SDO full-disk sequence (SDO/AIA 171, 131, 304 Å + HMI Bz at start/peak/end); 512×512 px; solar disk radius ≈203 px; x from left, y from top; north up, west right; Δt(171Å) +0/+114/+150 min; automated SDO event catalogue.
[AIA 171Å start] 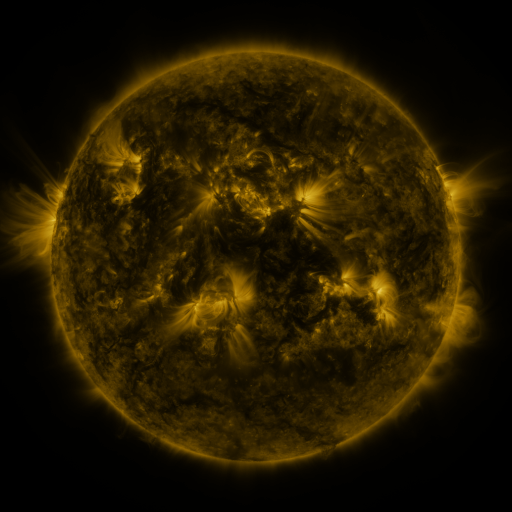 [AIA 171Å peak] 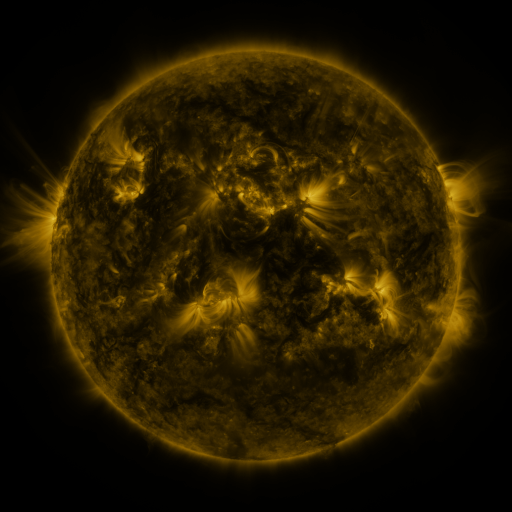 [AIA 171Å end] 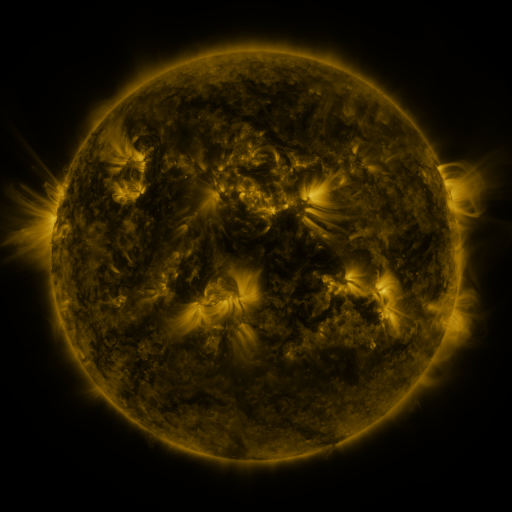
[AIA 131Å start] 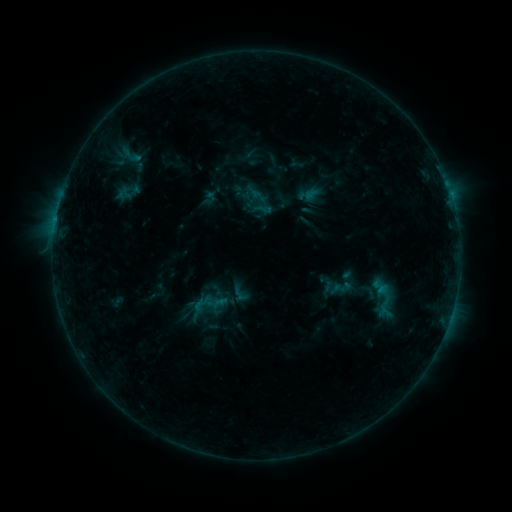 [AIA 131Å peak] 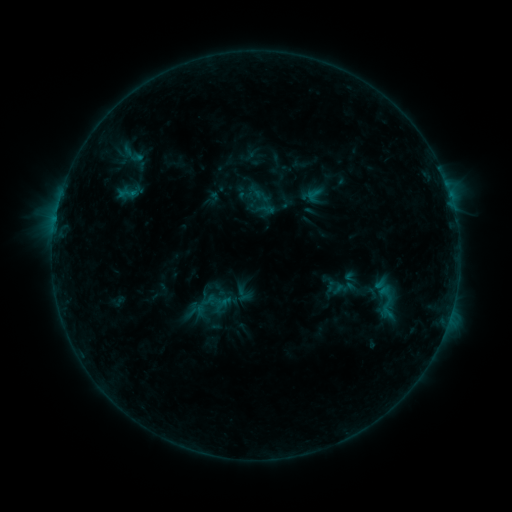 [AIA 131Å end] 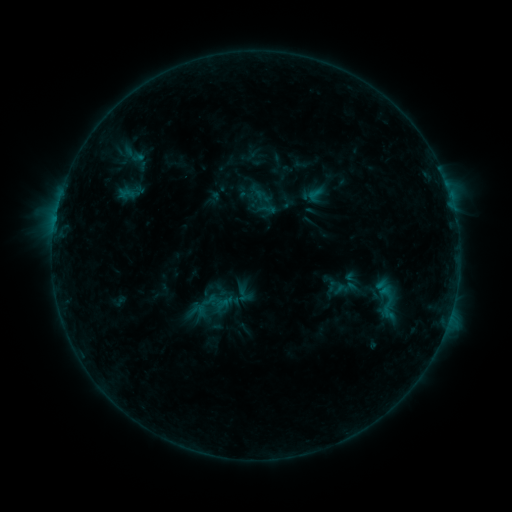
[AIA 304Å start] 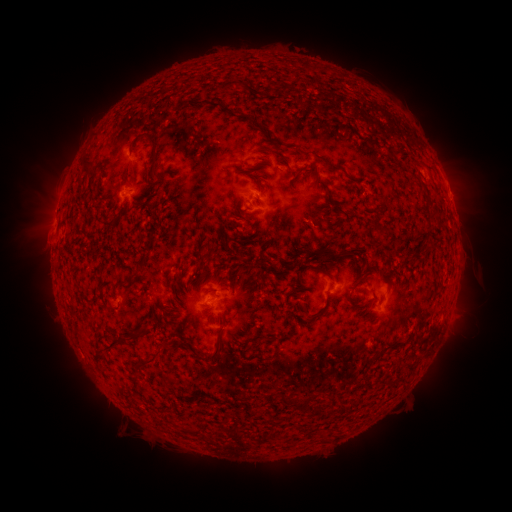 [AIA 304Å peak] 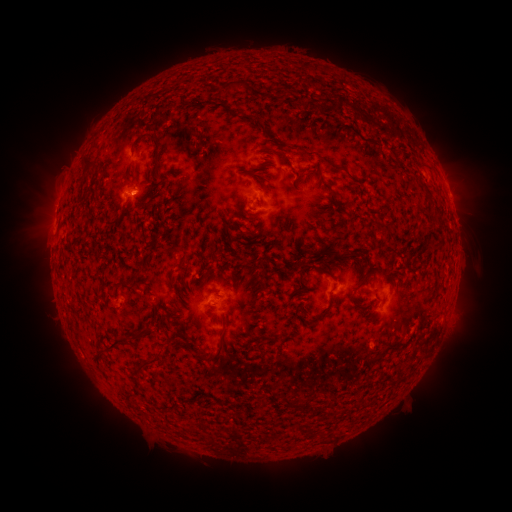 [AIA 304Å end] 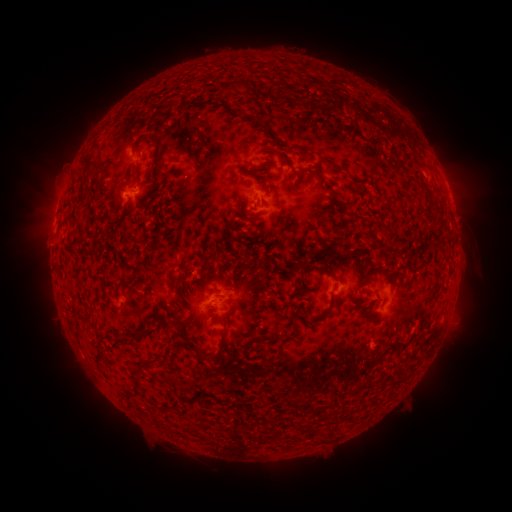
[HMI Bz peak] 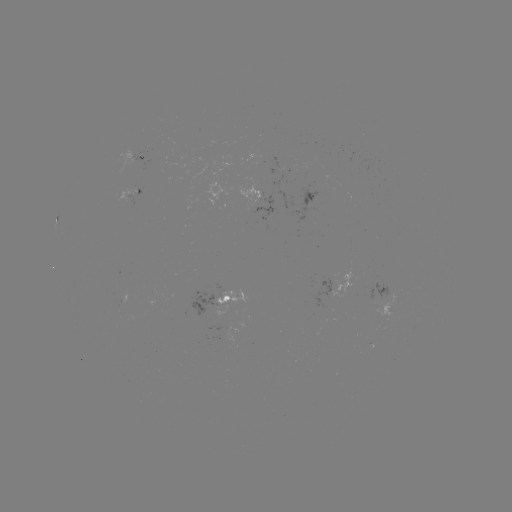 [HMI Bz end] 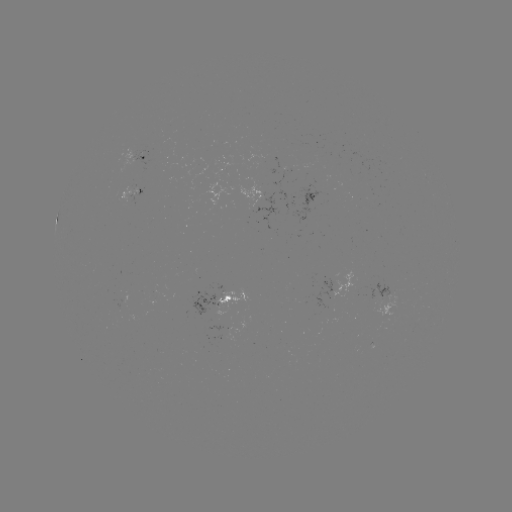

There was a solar emerging-flux region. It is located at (314, 155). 